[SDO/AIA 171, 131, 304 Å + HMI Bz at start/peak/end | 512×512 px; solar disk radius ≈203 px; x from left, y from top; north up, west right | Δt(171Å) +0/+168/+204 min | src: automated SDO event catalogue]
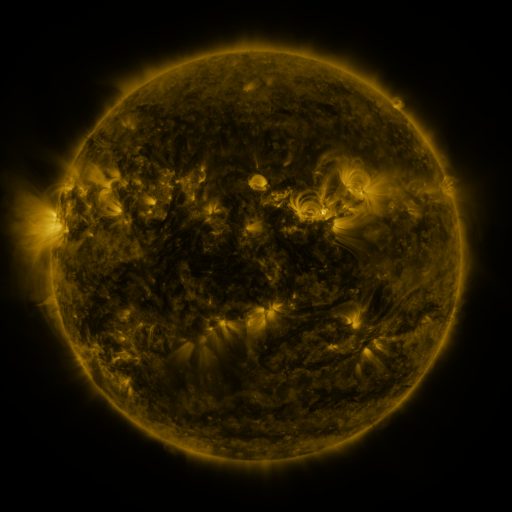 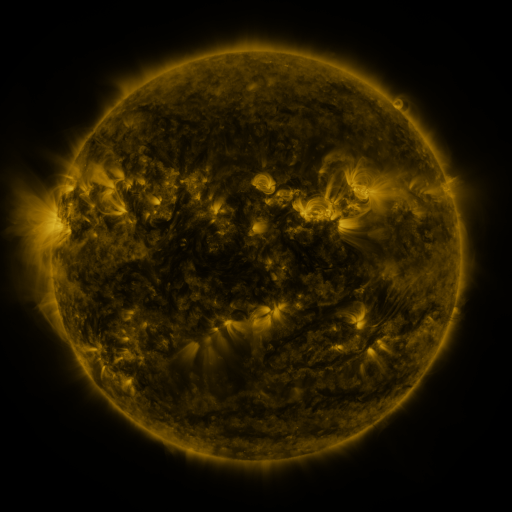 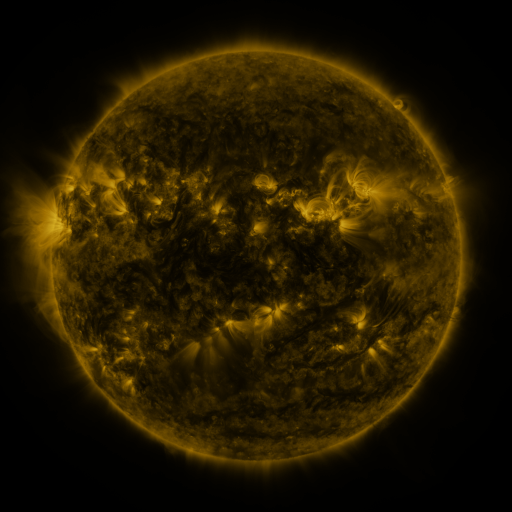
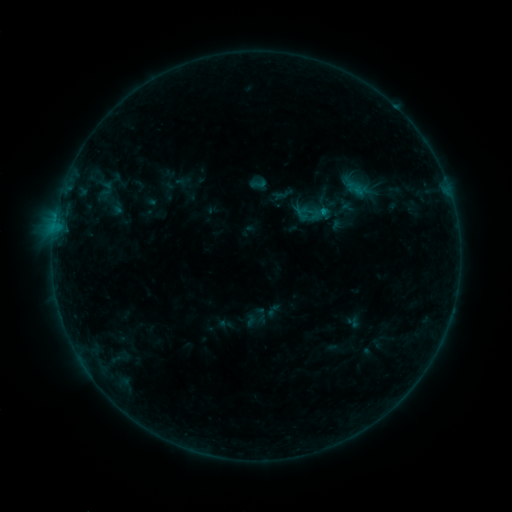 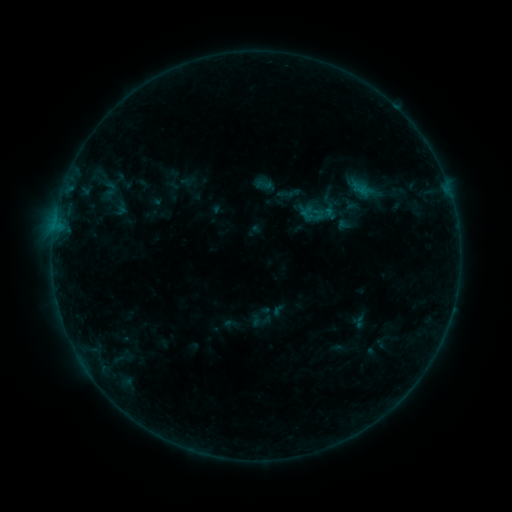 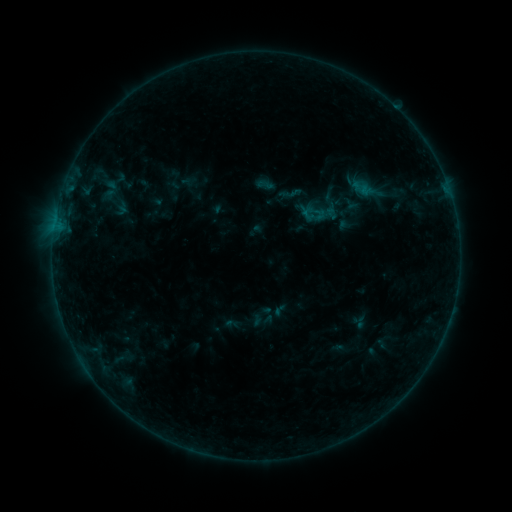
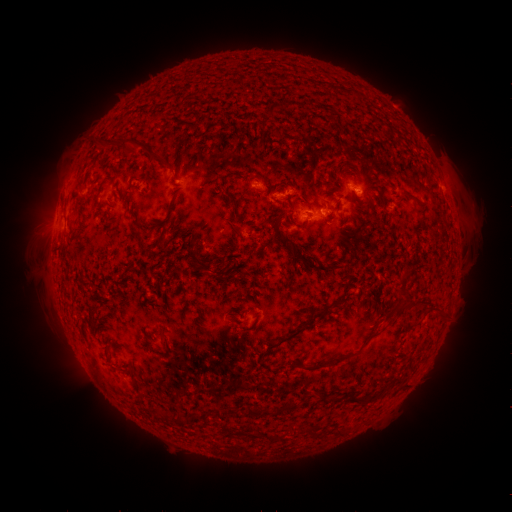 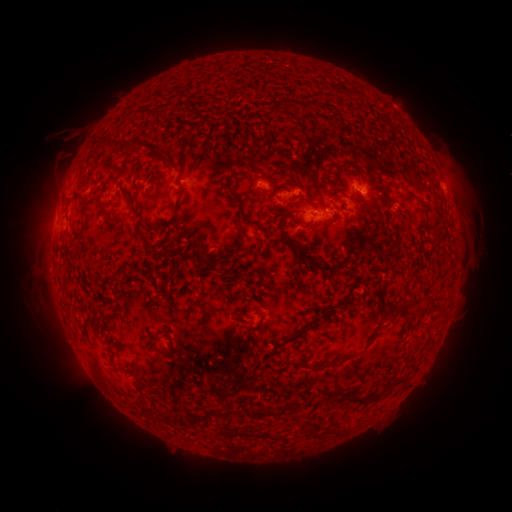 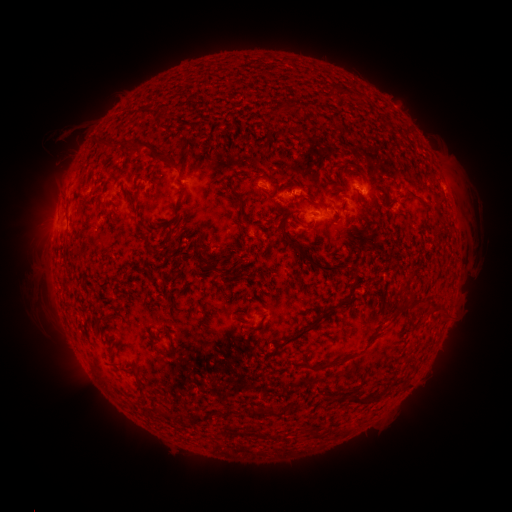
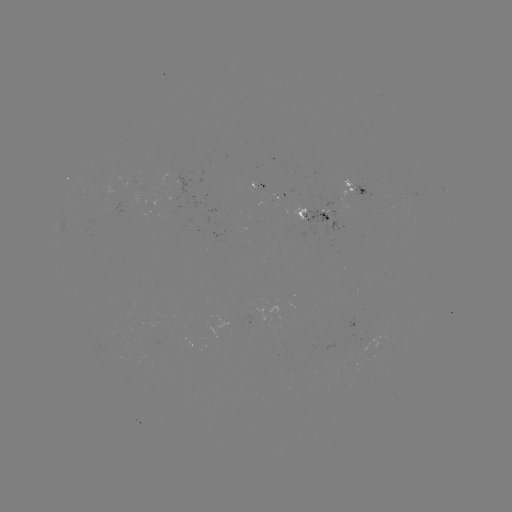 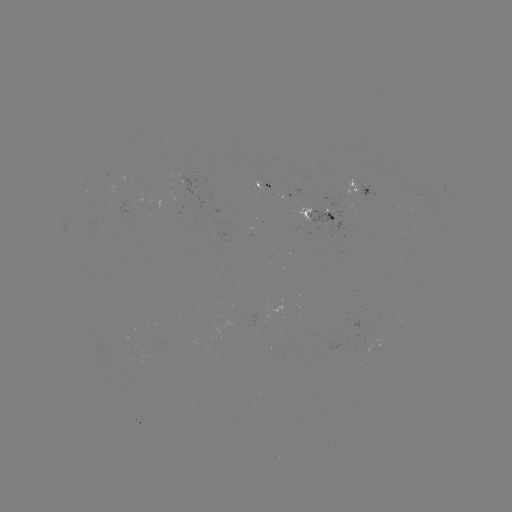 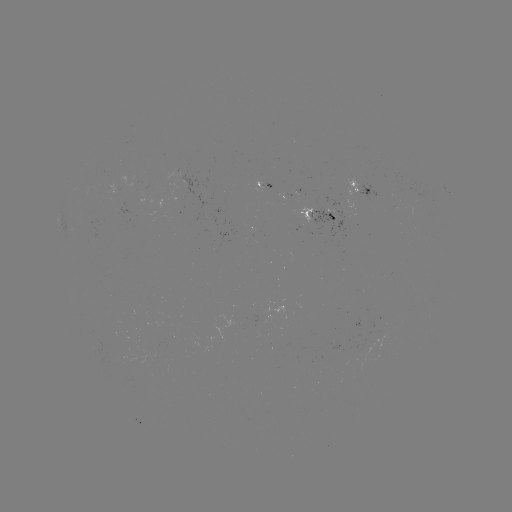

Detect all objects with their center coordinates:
emerging-flux region: (293, 198)
